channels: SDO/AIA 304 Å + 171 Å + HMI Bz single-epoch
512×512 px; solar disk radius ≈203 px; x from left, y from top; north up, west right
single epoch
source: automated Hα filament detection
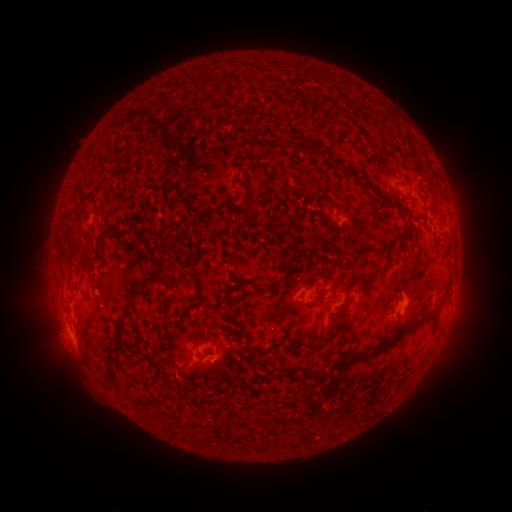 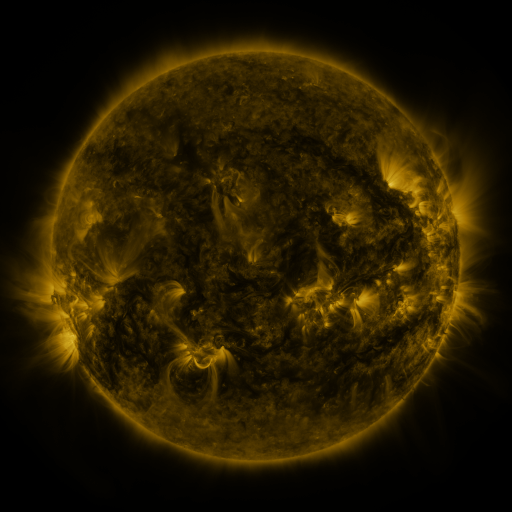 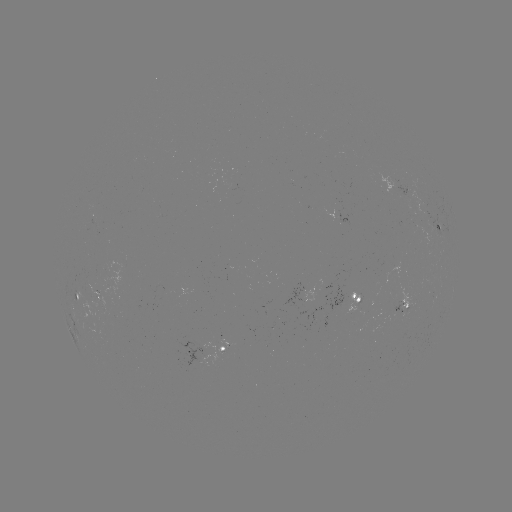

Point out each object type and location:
filament: (317, 151, 343, 168)
filament: (328, 206, 346, 223)
filament: (379, 207, 411, 236)
filament: (99, 217, 108, 230)
filament: (80, 218, 96, 248)
filament: (298, 227, 310, 239)
filament: (322, 230, 346, 248)
filament: (280, 242, 297, 279)
filament: (398, 246, 415, 263)
filament: (331, 259, 340, 269)
filament: (137, 260, 144, 271)
filament: (160, 267, 169, 276)
filament: (175, 271, 199, 306)
filament: (319, 275, 326, 288)
filament: (160, 281, 171, 292)
filament: (101, 283, 128, 345)
filament: (359, 284, 377, 295)
filament: (227, 287, 257, 300)
filament: (183, 321, 227, 337)
filament: (307, 330, 336, 352)
filament: (355, 346, 402, 371)
filament: (292, 350, 301, 358)
filament: (108, 358, 118, 369)
filament: (310, 365, 351, 382)
filament: (294, 377, 306, 390)
